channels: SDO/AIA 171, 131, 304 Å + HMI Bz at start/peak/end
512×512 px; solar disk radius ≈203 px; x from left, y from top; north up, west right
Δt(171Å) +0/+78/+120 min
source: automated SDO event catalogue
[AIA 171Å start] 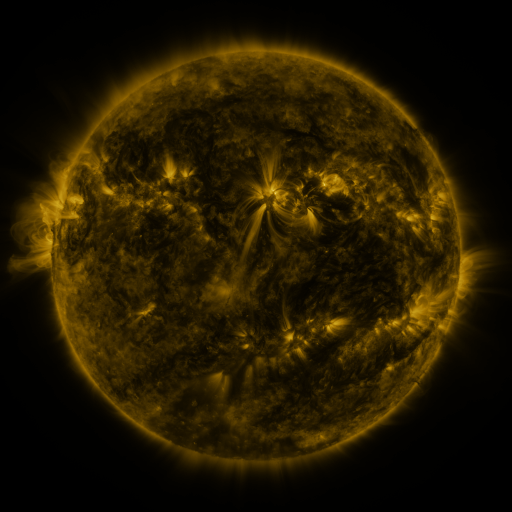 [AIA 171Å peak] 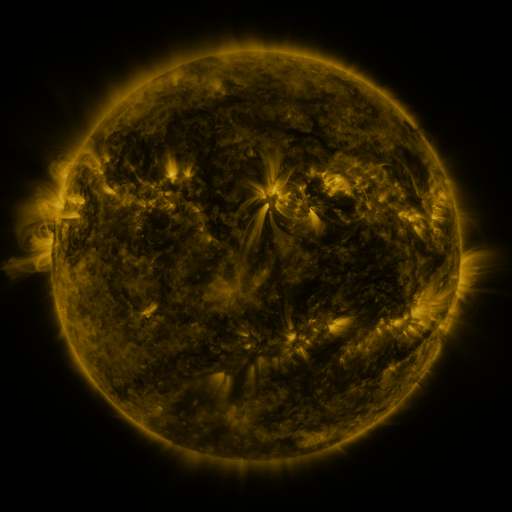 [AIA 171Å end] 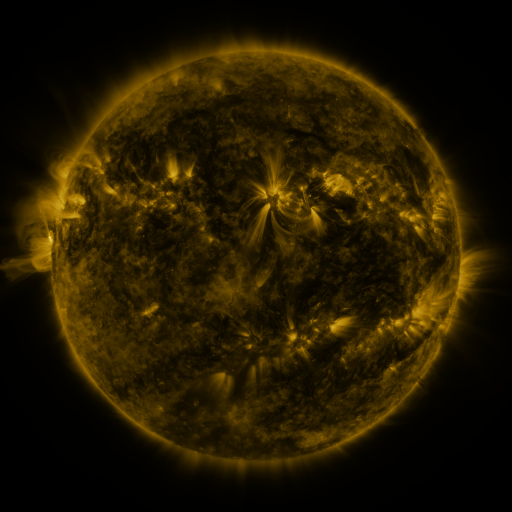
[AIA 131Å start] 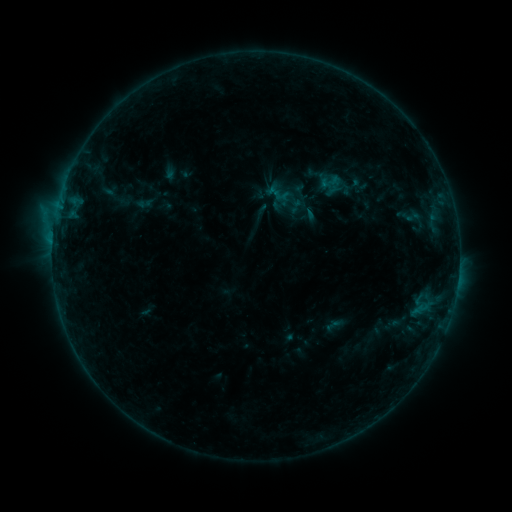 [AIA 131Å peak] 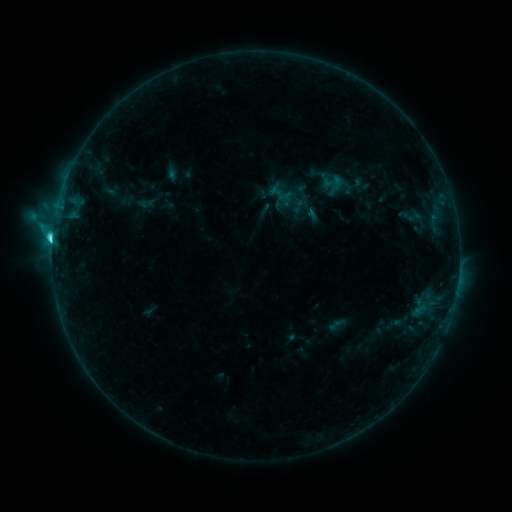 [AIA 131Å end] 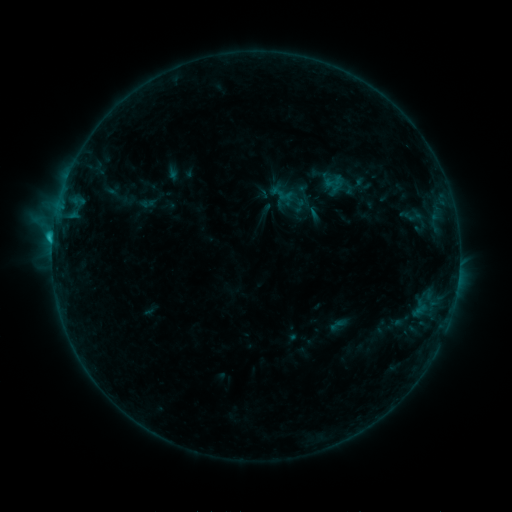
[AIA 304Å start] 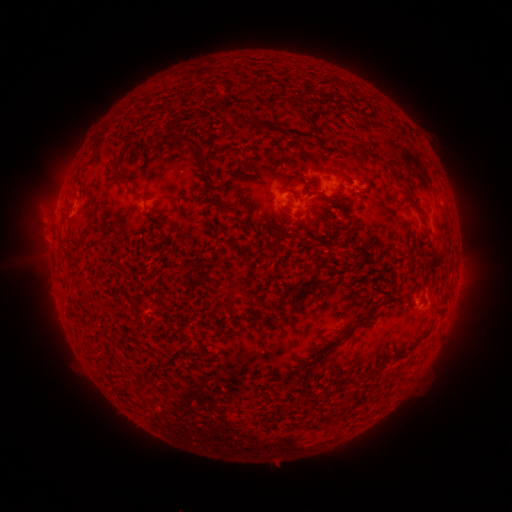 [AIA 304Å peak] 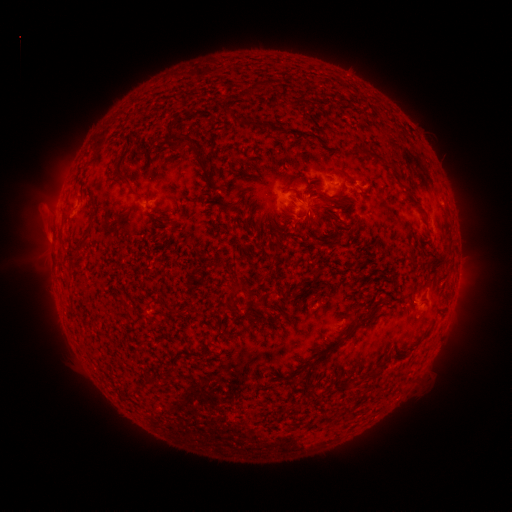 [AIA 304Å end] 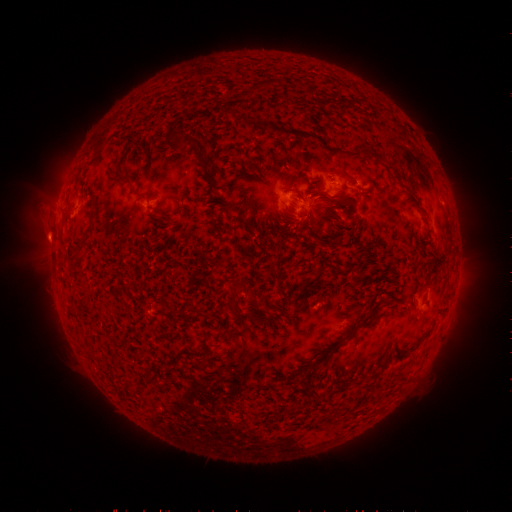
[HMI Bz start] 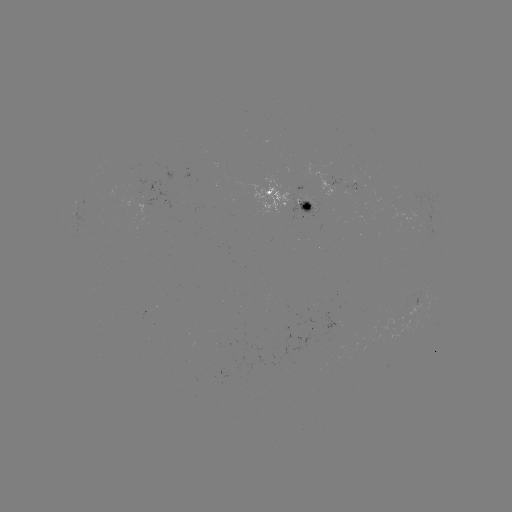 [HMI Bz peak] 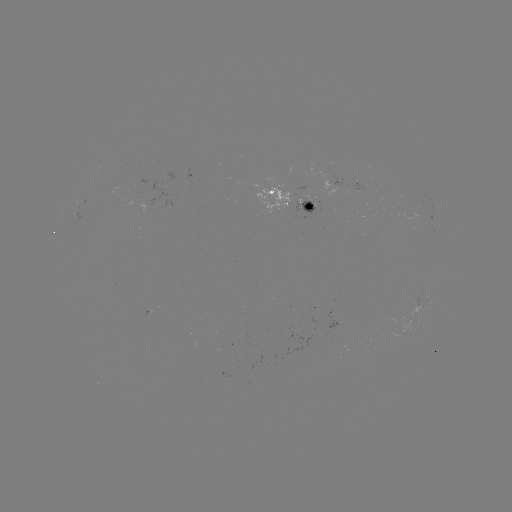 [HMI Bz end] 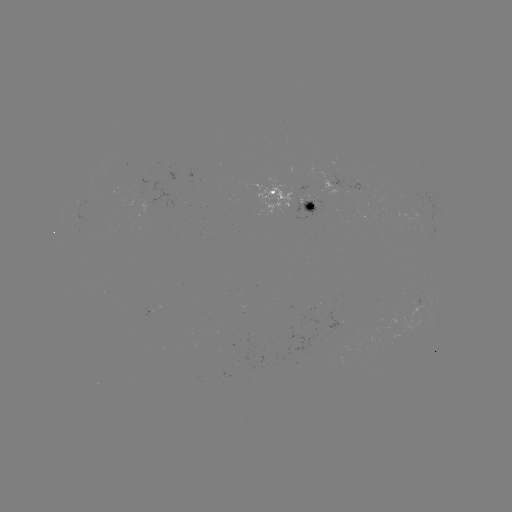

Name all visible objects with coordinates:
C3.8 flare: (55, 244)
